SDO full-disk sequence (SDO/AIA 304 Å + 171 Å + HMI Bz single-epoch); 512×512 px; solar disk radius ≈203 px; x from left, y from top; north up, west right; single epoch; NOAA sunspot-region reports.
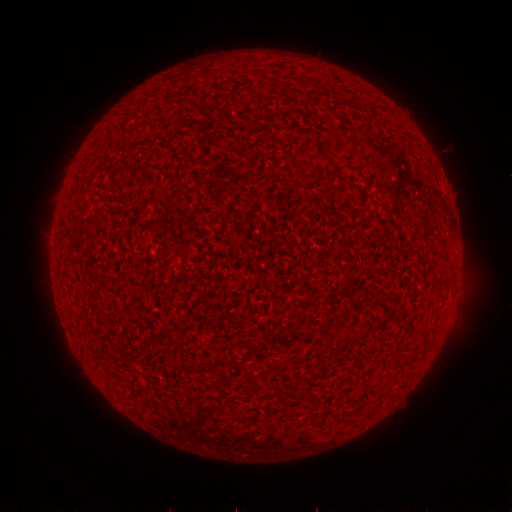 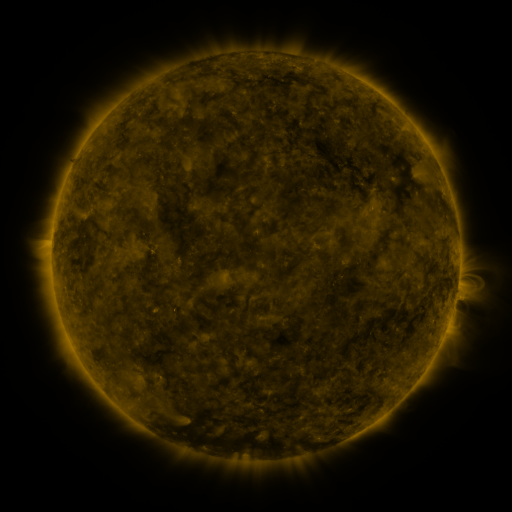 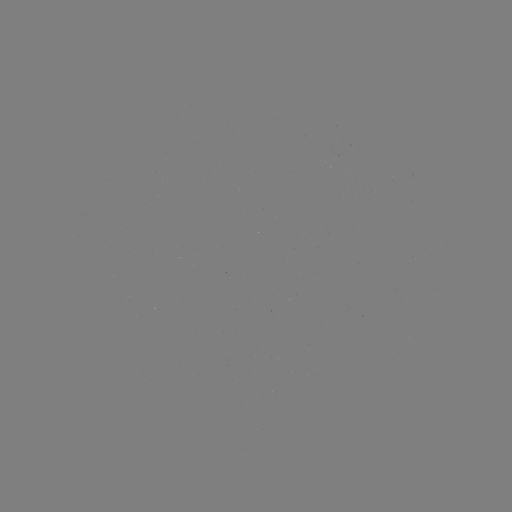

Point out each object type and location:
(none)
